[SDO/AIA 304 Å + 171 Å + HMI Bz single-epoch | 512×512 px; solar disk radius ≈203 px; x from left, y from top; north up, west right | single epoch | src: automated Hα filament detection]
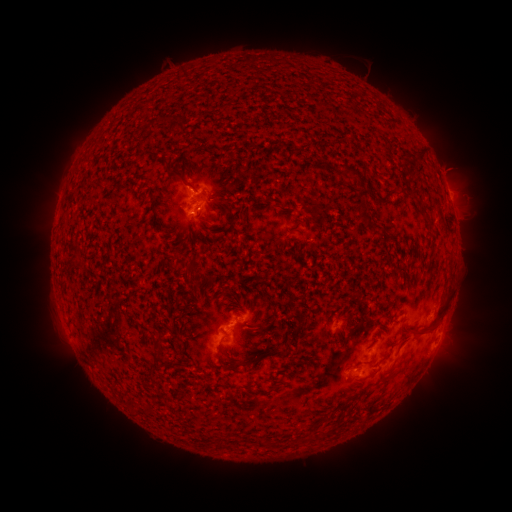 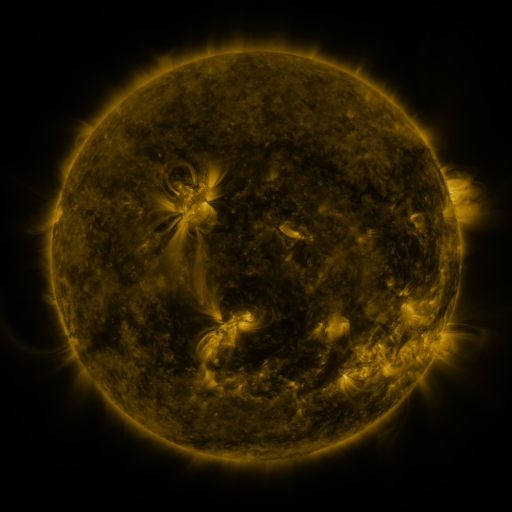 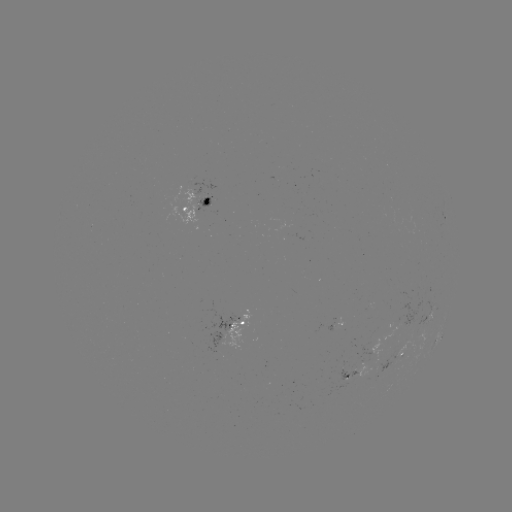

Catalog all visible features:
filament: (176, 174)
filament: (356, 175)
filament: (220, 203)
filament: (361, 214)
filament: (246, 329)
filament: (426, 331)
filament: (158, 339)
filament: (254, 361)
